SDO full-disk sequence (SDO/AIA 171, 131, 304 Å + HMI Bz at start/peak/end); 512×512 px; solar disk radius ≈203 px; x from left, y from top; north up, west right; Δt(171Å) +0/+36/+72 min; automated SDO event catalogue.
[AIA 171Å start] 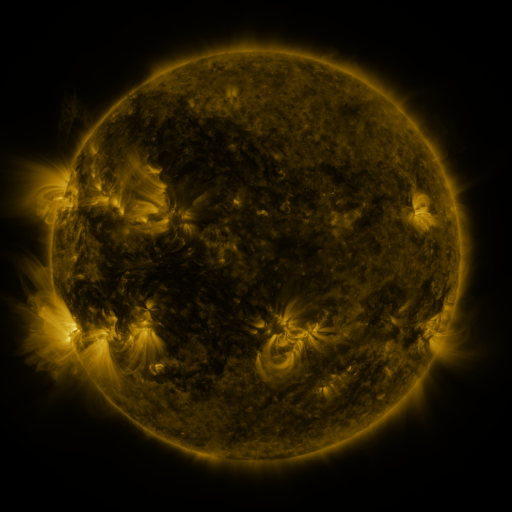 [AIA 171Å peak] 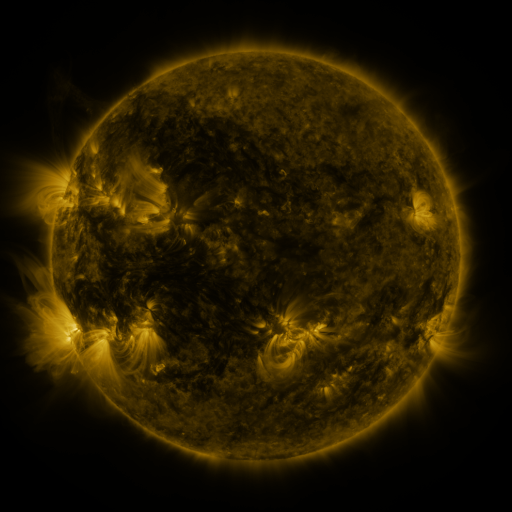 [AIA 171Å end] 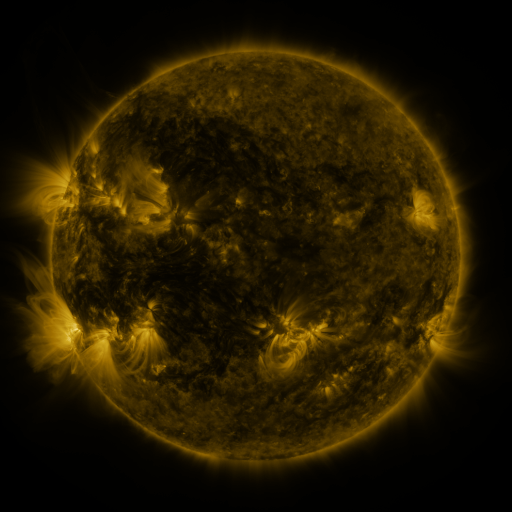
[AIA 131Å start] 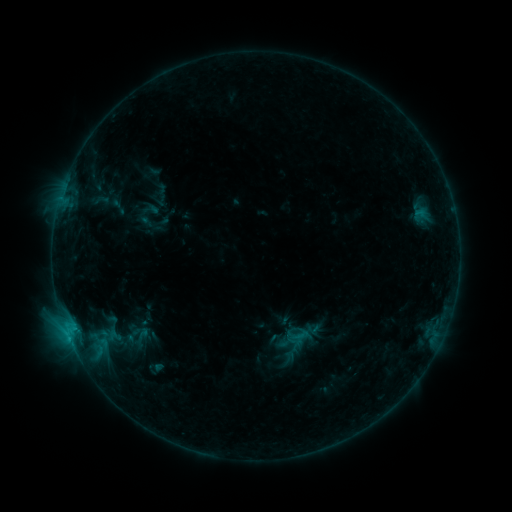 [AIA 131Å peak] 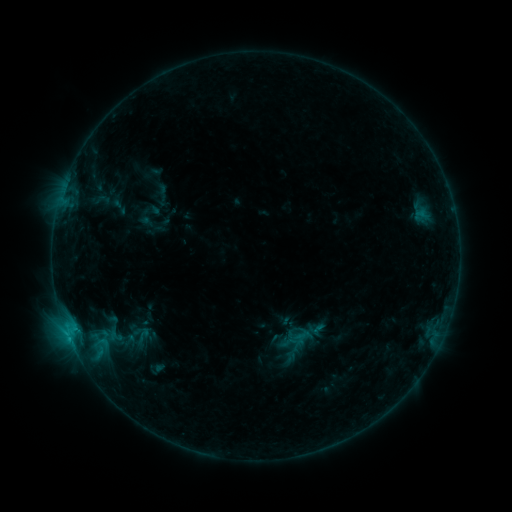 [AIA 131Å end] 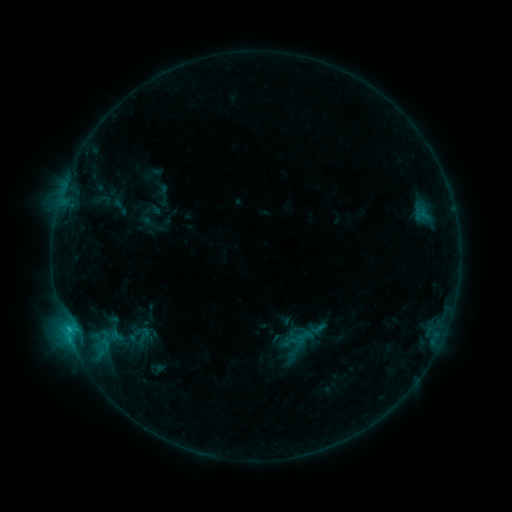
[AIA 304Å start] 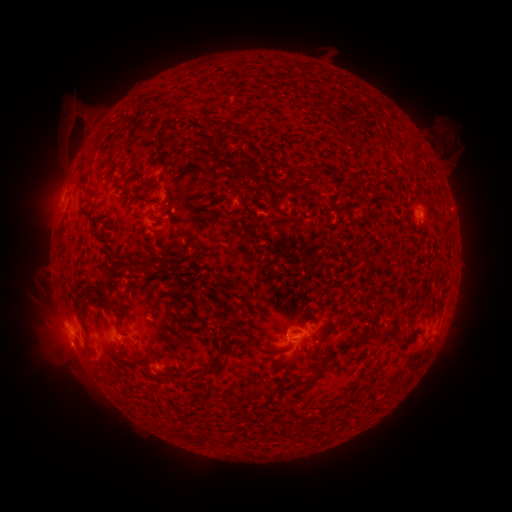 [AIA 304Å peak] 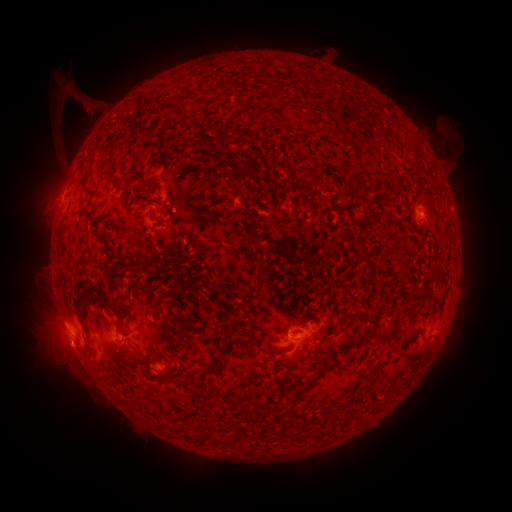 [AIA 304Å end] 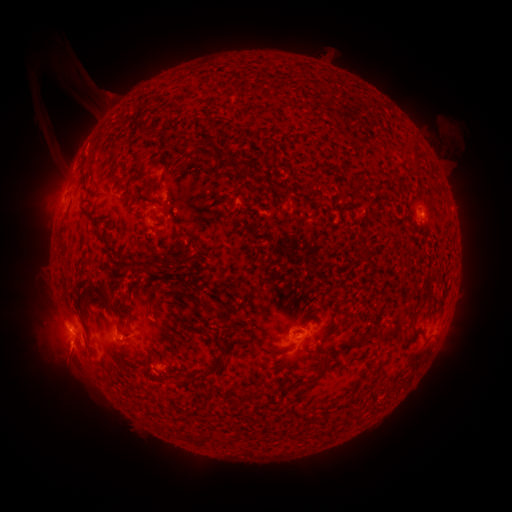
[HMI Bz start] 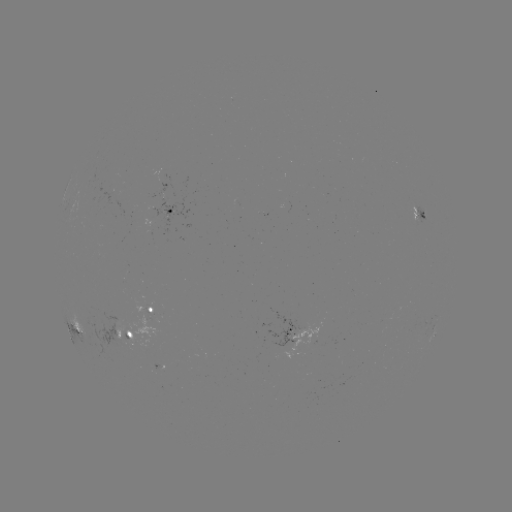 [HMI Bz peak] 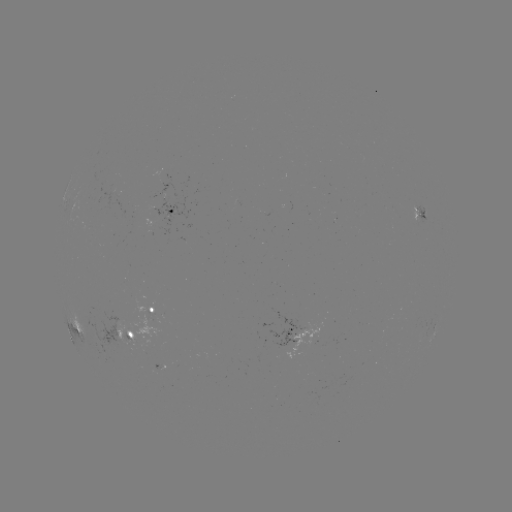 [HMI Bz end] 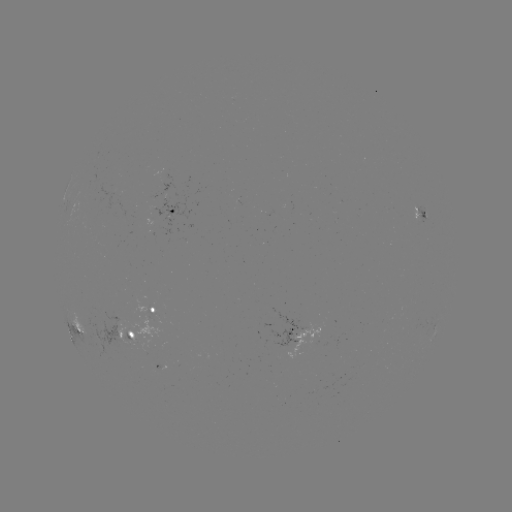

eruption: <bbox>49, 56, 122, 139</bbox>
